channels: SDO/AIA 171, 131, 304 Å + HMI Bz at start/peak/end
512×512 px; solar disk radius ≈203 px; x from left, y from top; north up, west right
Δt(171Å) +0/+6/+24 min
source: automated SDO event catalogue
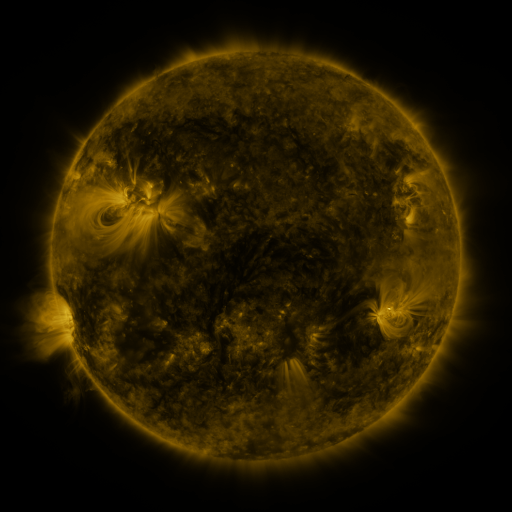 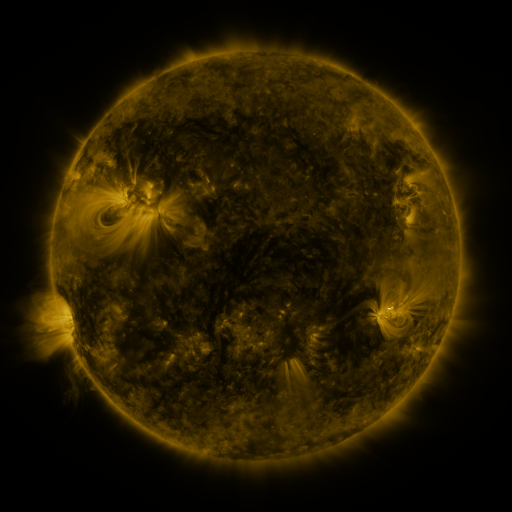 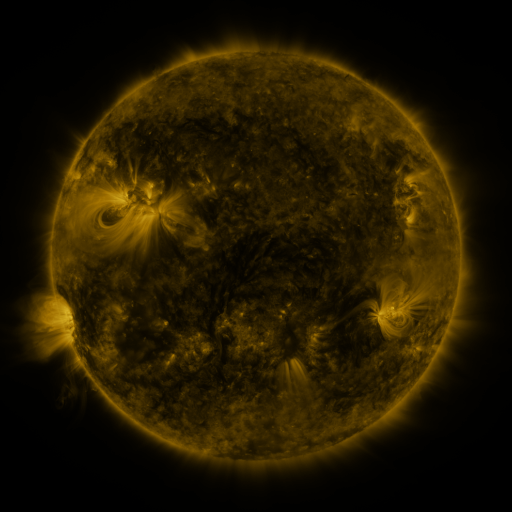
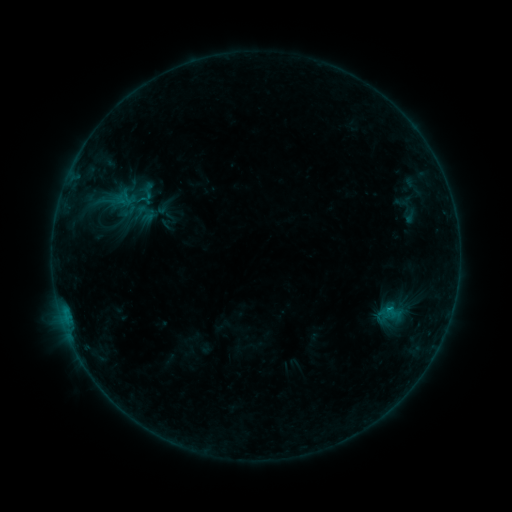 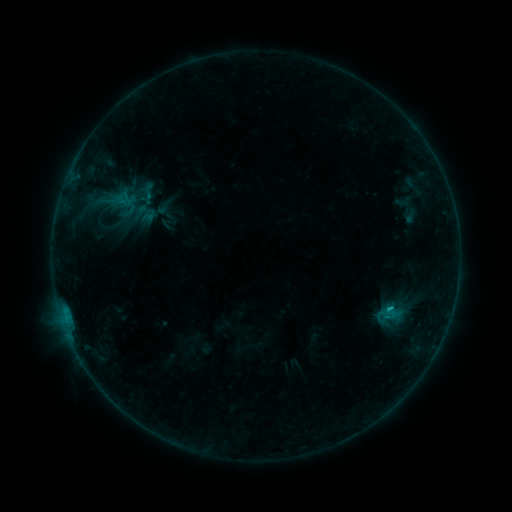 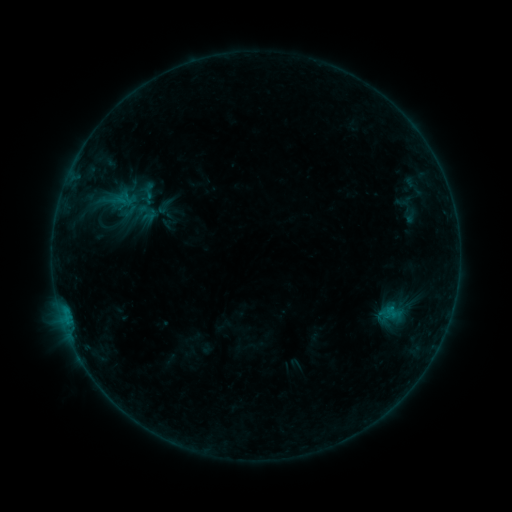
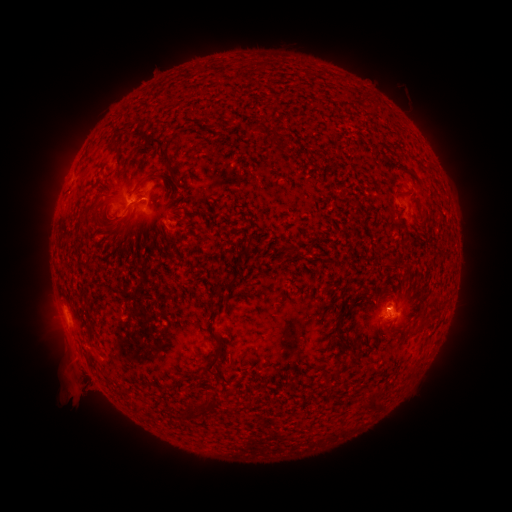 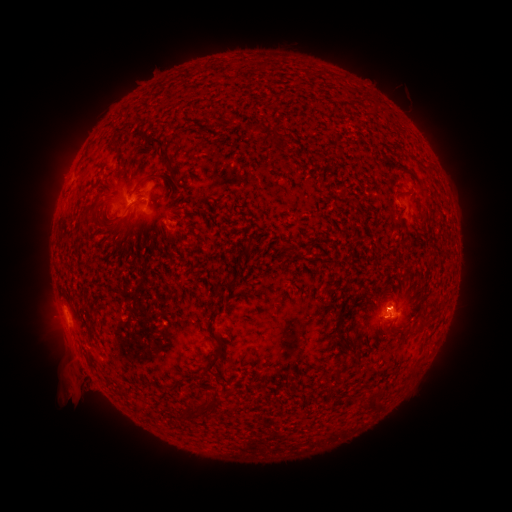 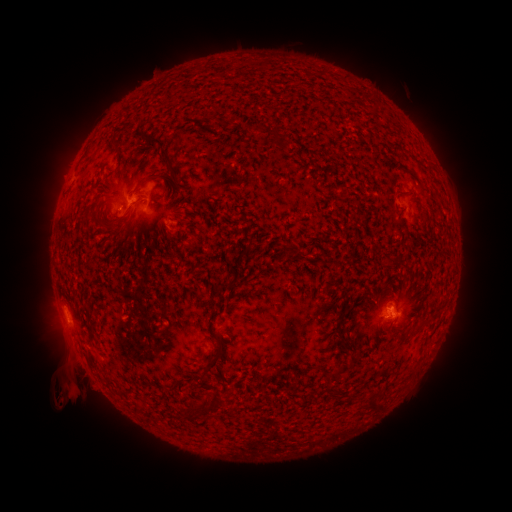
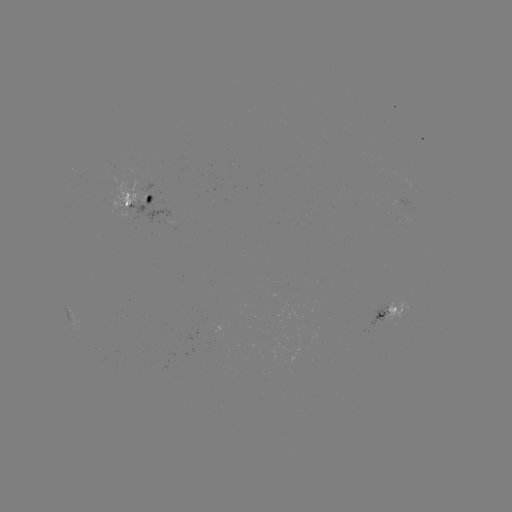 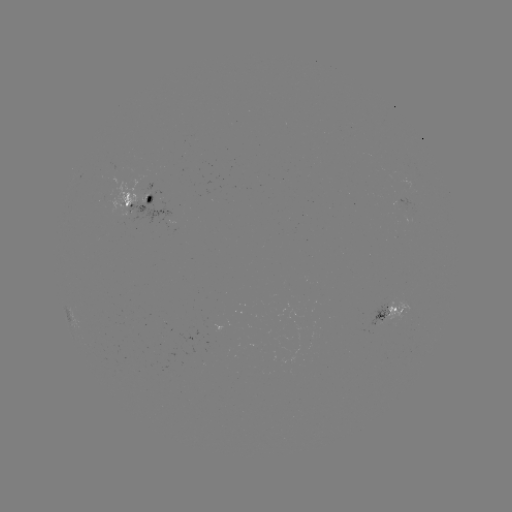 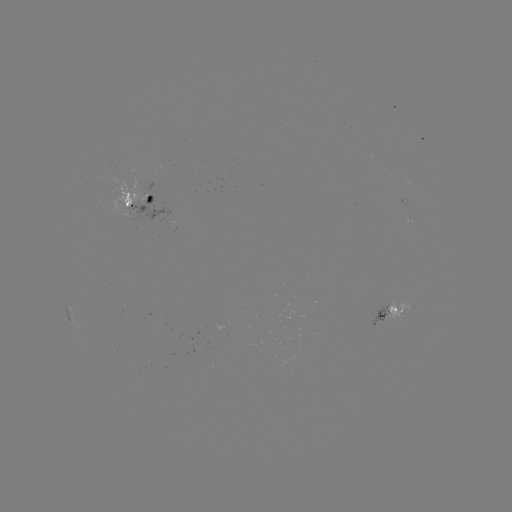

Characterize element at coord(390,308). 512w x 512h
B5.8 flare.